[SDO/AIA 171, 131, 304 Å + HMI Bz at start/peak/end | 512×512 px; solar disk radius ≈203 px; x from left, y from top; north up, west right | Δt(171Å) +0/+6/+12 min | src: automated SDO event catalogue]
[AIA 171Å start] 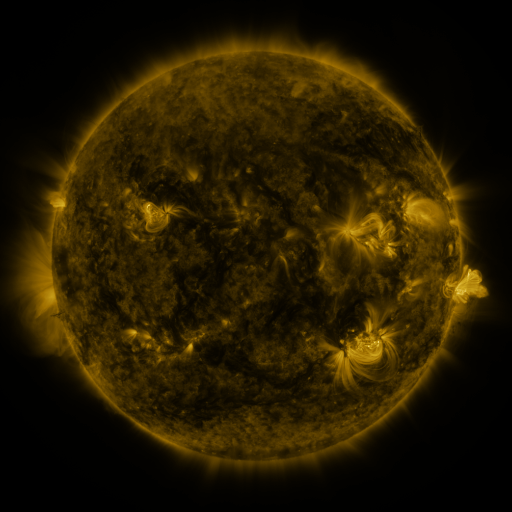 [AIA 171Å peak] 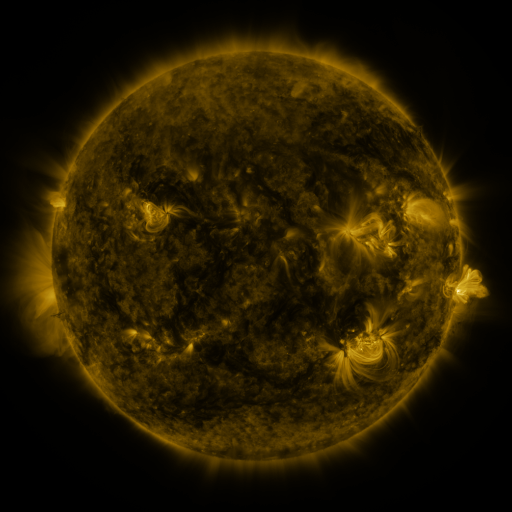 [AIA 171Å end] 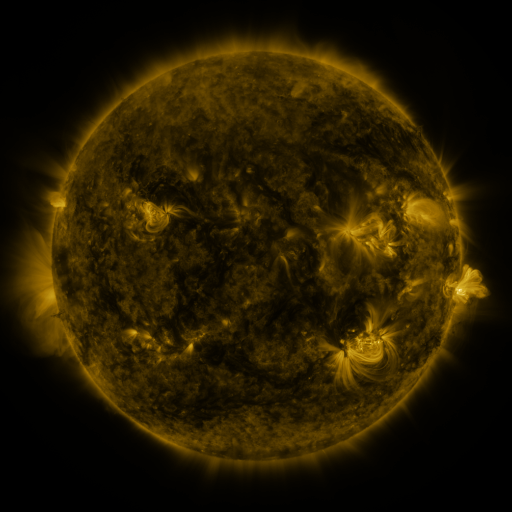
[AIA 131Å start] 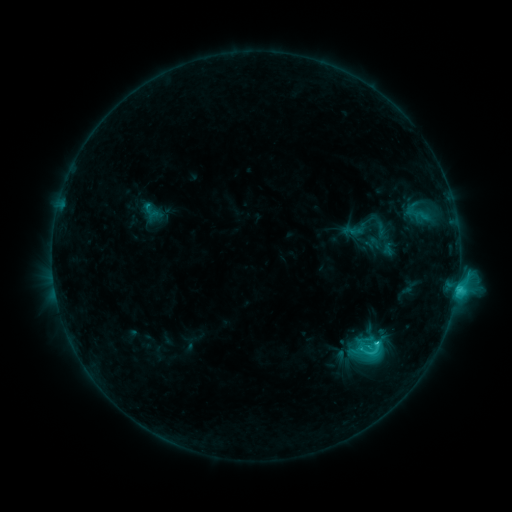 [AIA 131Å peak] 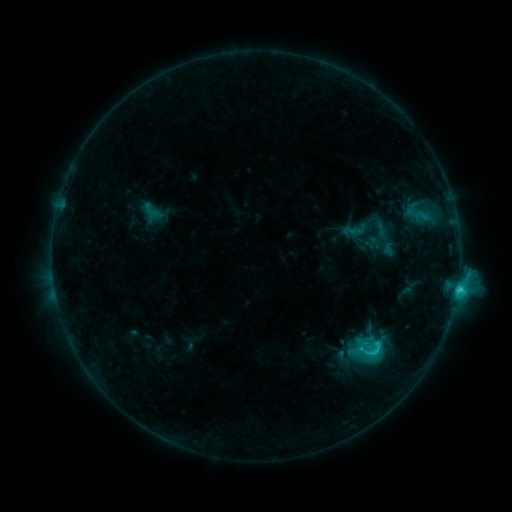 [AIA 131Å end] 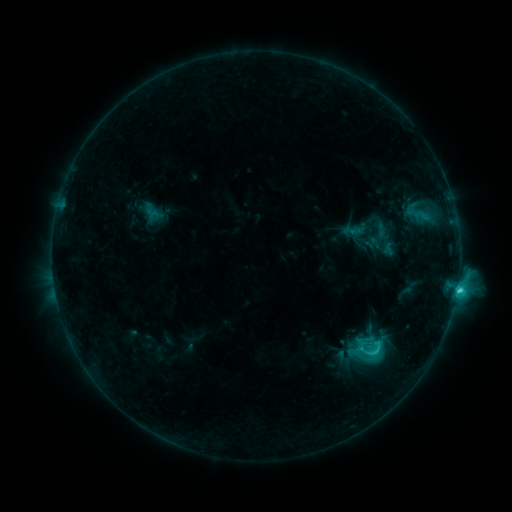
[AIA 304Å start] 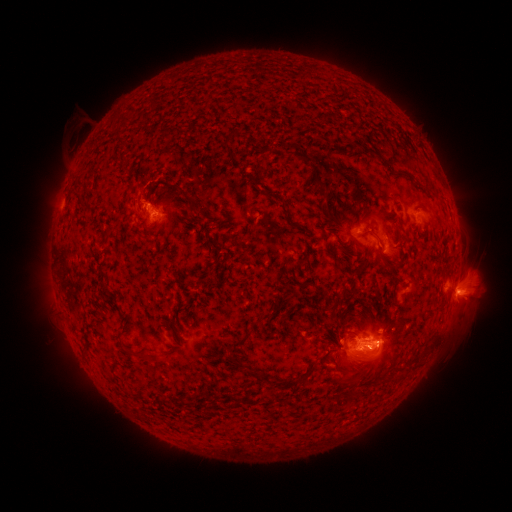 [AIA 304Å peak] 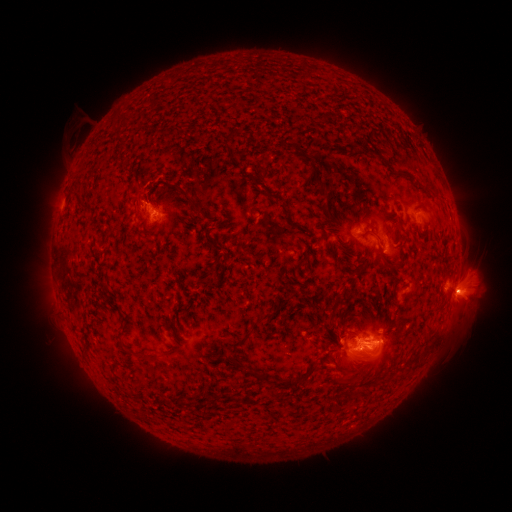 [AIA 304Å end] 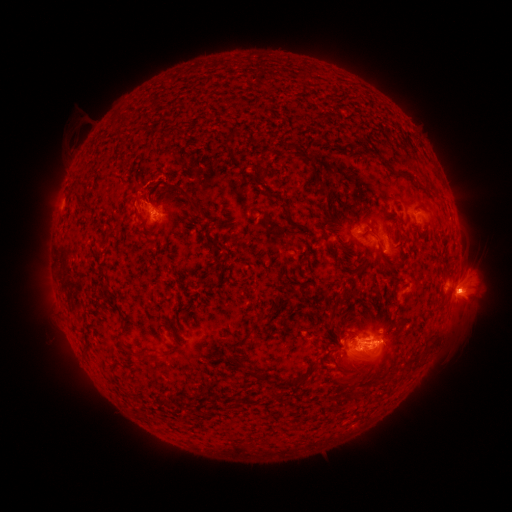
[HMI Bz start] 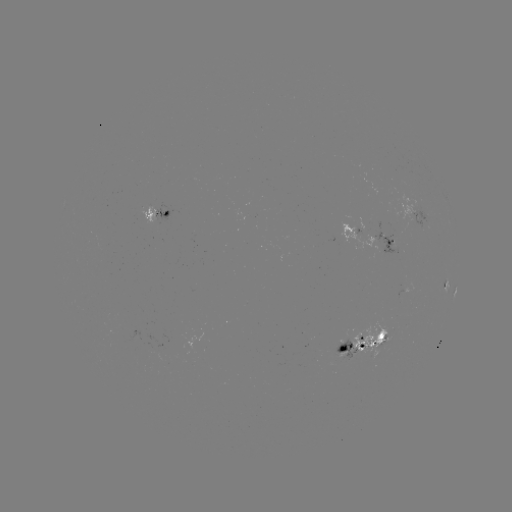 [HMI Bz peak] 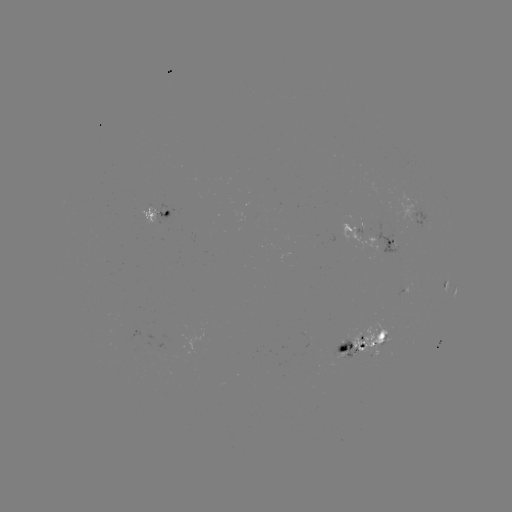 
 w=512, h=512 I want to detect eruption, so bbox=[444, 265, 491, 319].